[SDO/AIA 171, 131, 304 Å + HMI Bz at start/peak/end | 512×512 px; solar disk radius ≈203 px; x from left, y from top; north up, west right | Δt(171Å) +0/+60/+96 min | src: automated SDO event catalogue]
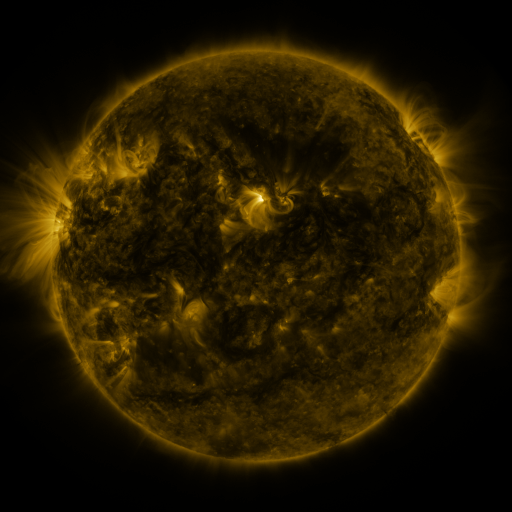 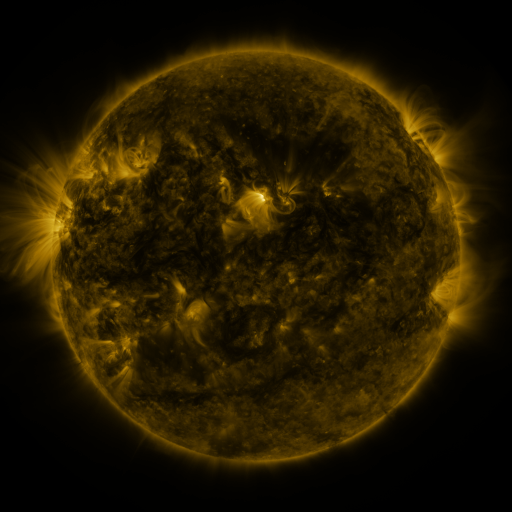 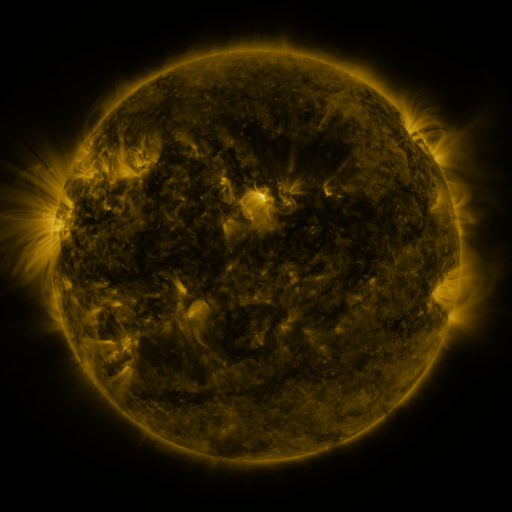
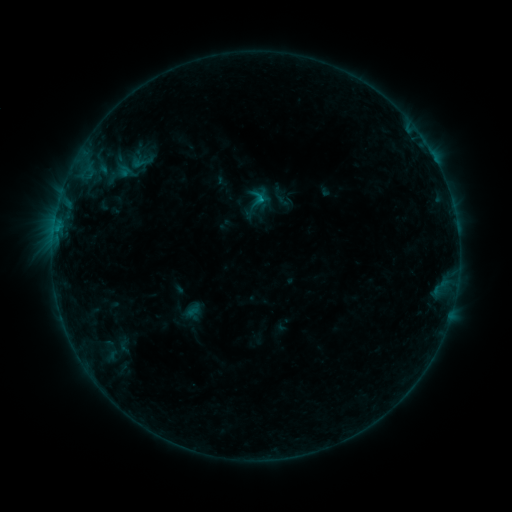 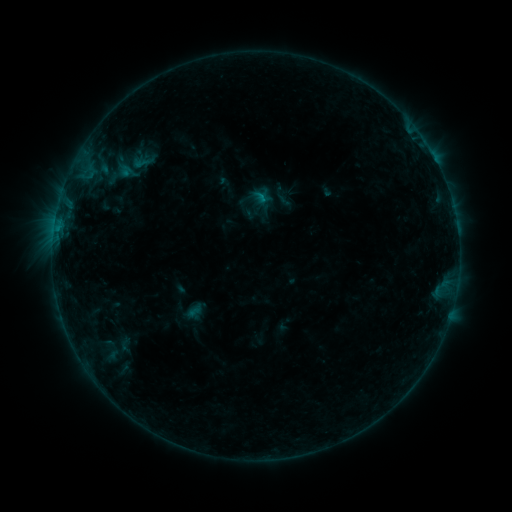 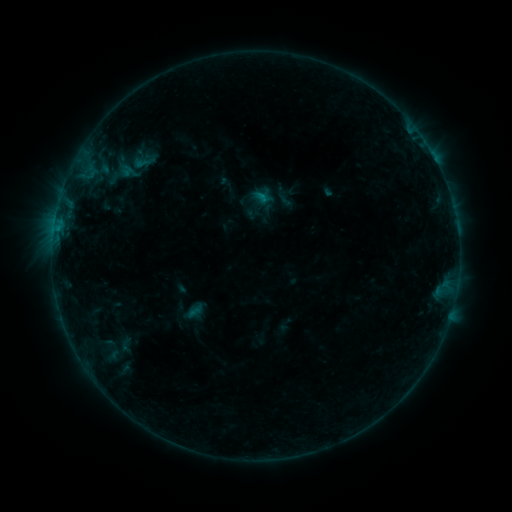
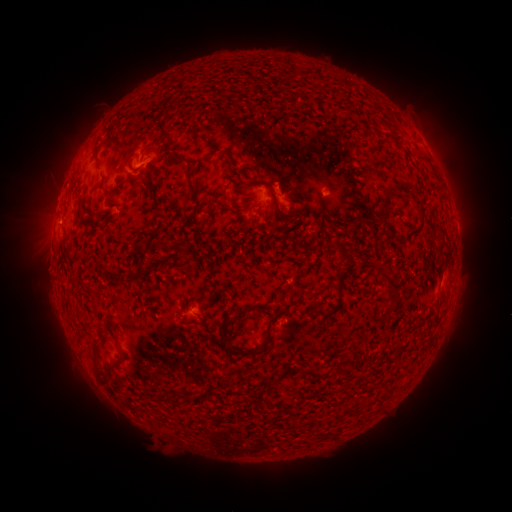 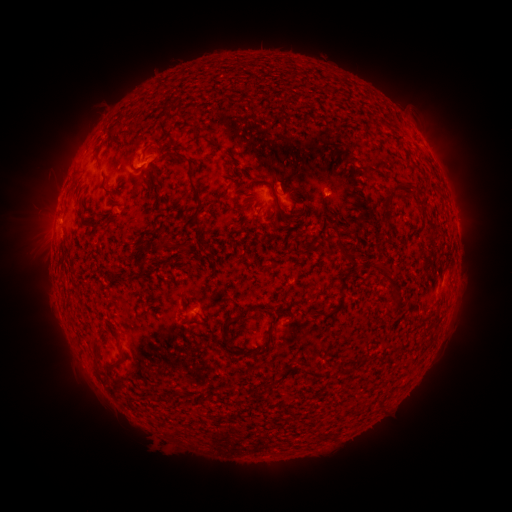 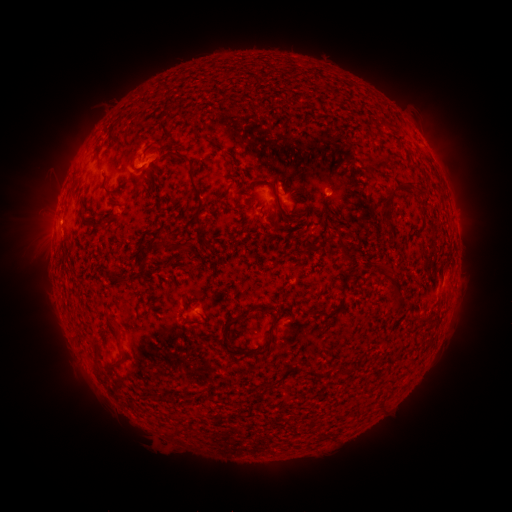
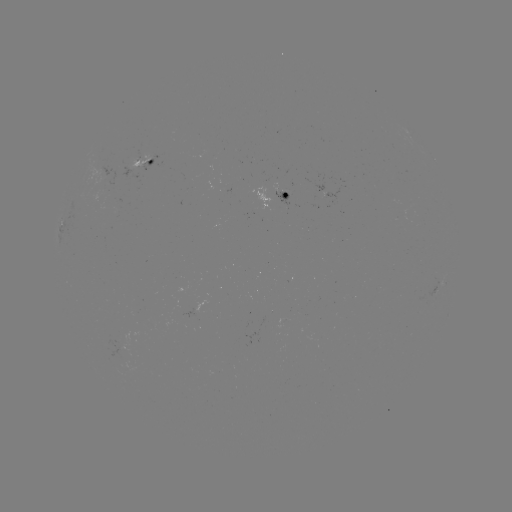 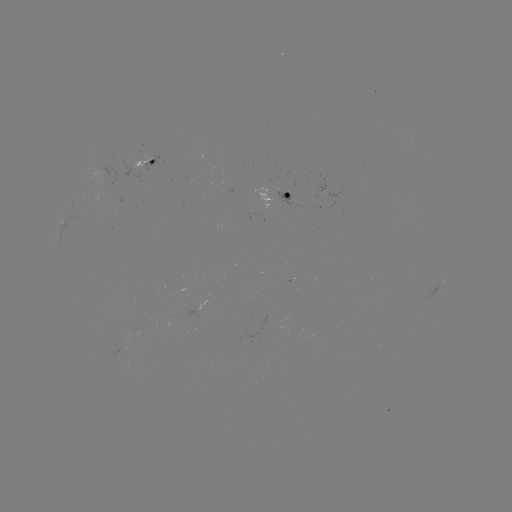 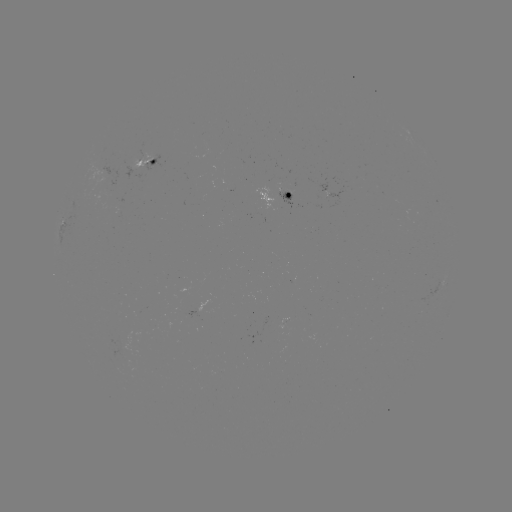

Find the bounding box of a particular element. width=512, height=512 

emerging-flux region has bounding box [100, 164, 117, 194].